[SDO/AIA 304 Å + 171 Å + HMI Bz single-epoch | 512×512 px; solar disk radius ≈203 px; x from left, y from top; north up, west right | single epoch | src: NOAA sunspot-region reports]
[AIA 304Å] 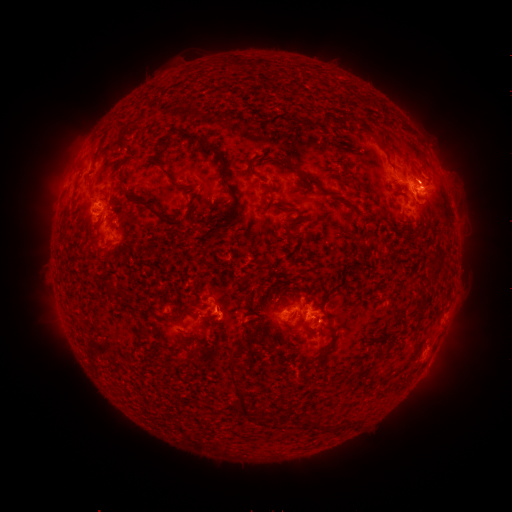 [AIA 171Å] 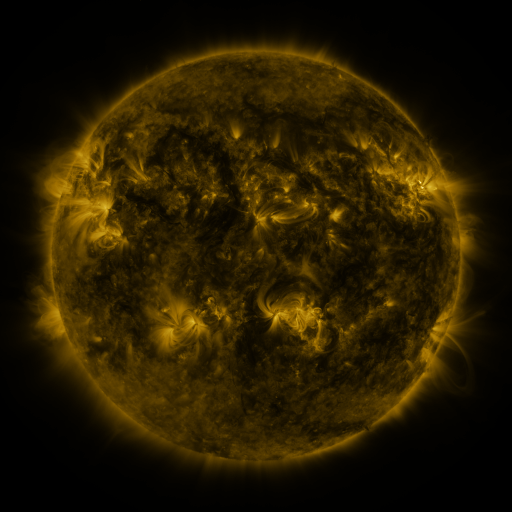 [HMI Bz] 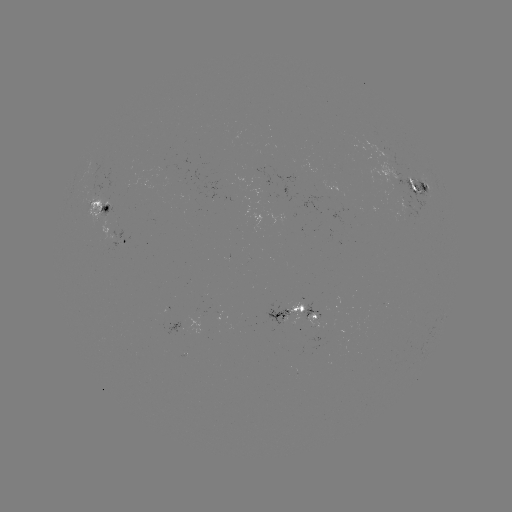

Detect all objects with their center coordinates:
spotted active region: (420, 183)
spotted active region: (100, 203)
spotted active region: (127, 236)
spotted active region: (290, 299)
spotted active region: (313, 303)
